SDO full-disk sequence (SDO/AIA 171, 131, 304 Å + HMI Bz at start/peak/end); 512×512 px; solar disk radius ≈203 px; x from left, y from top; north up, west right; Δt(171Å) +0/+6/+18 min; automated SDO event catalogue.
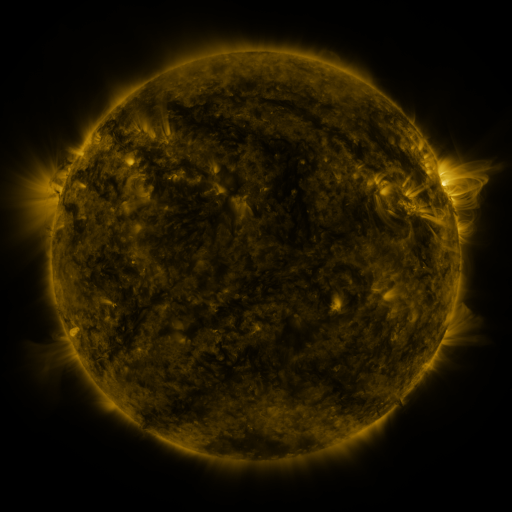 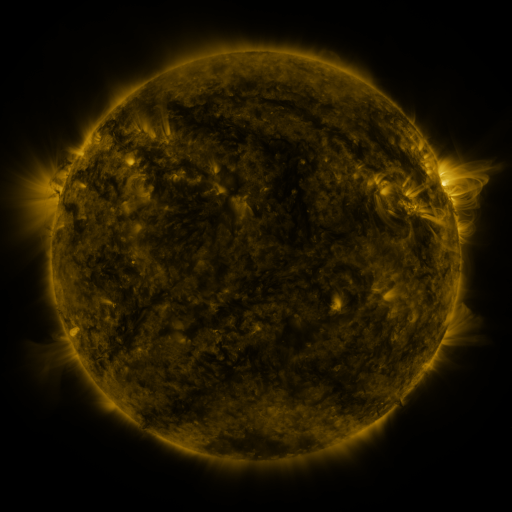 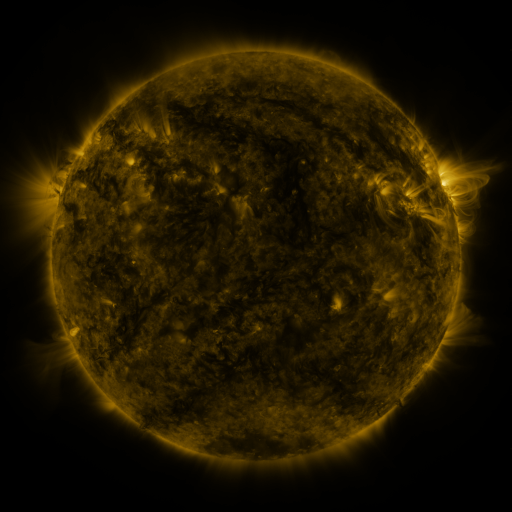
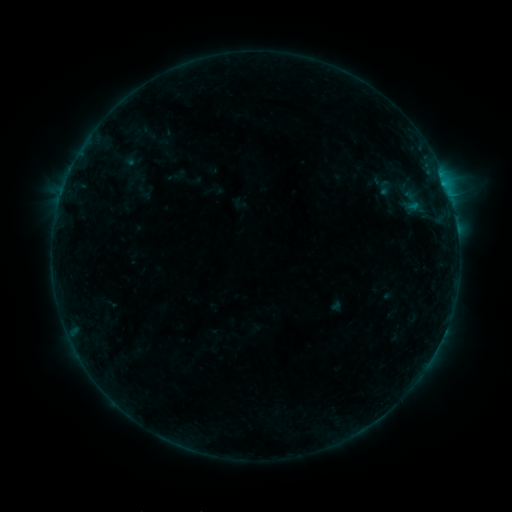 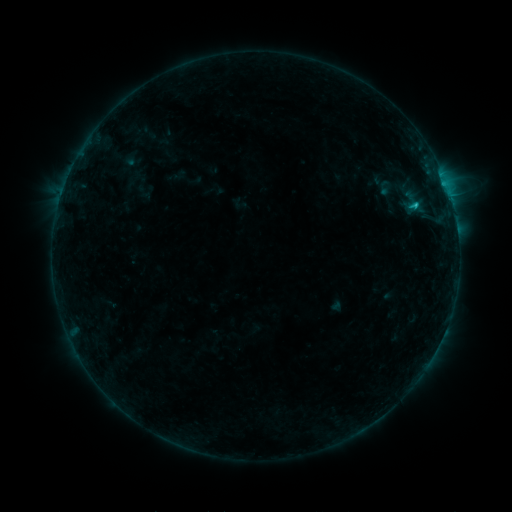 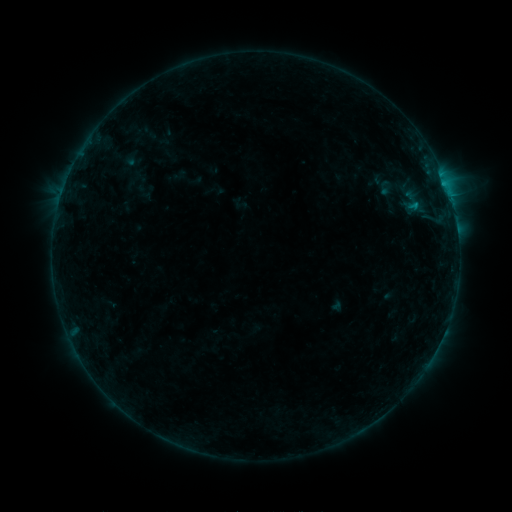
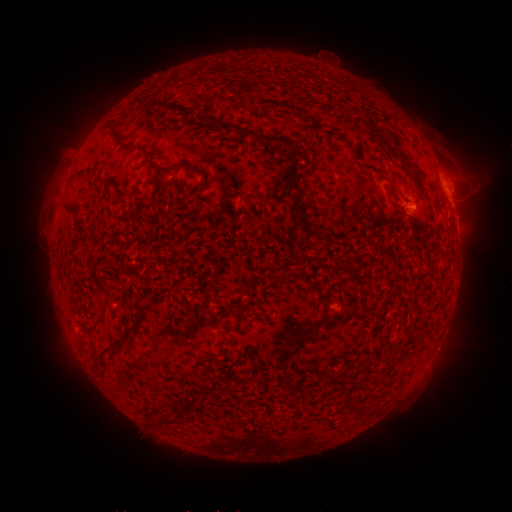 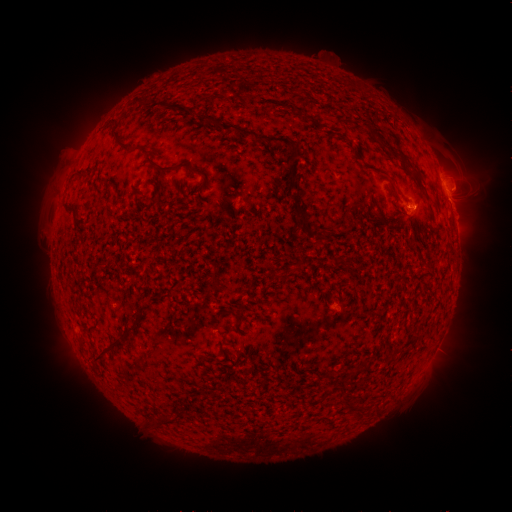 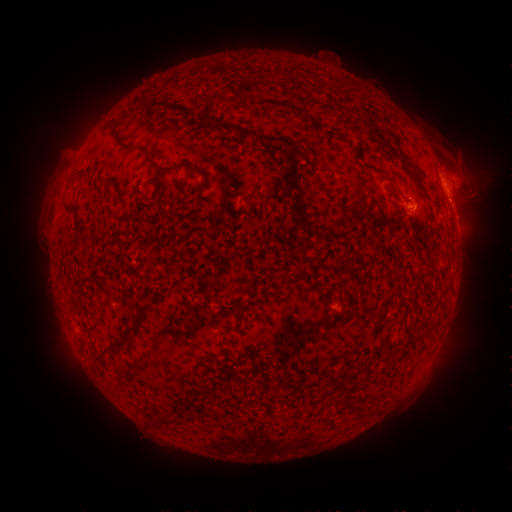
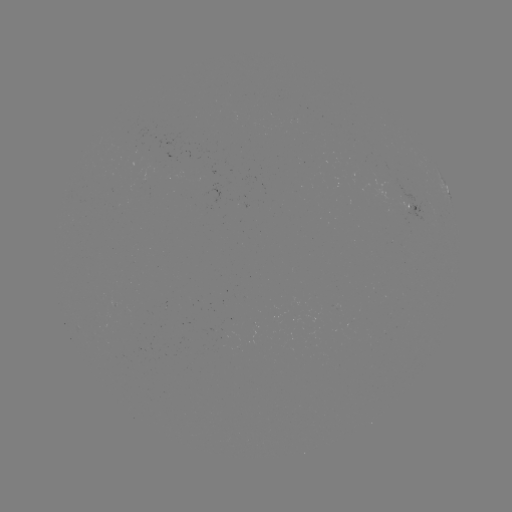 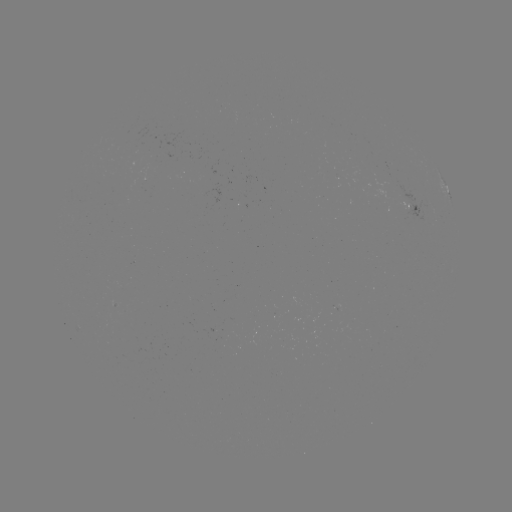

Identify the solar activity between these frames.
B8.1 flare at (414, 206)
